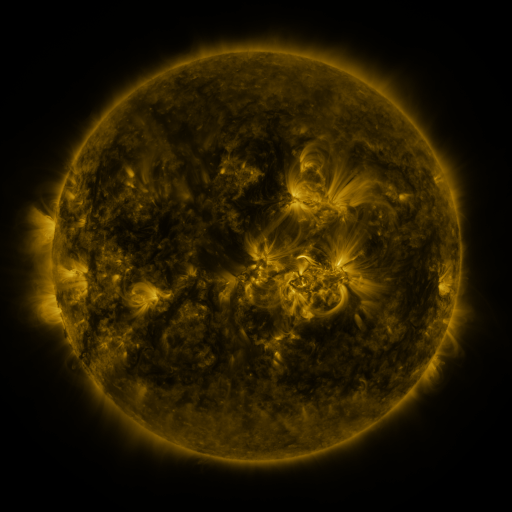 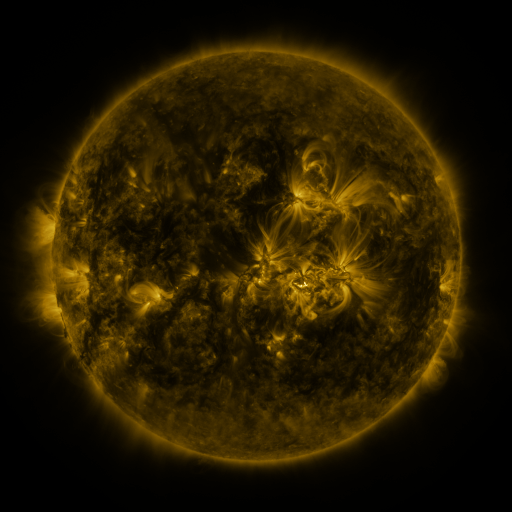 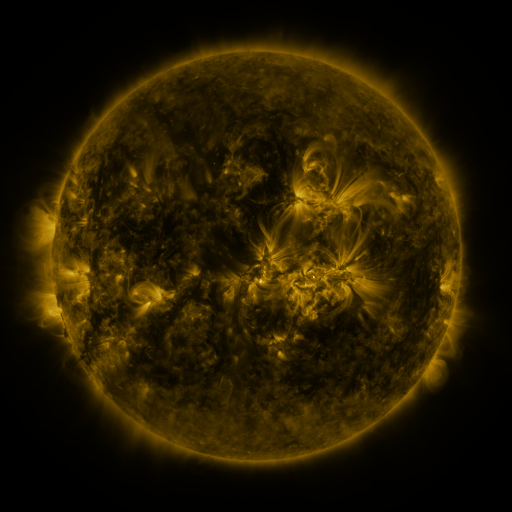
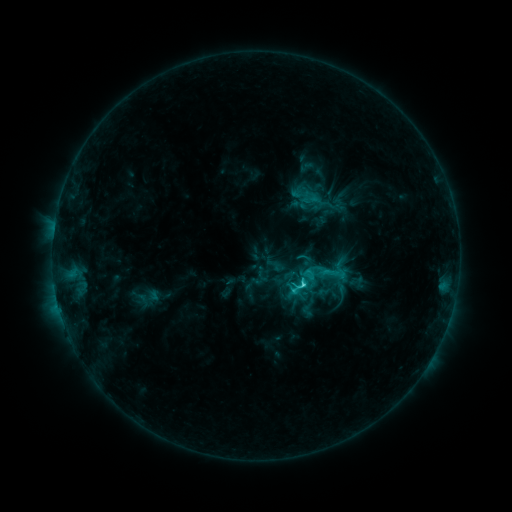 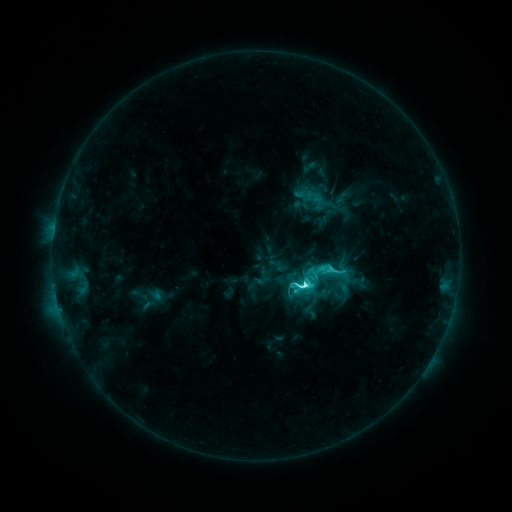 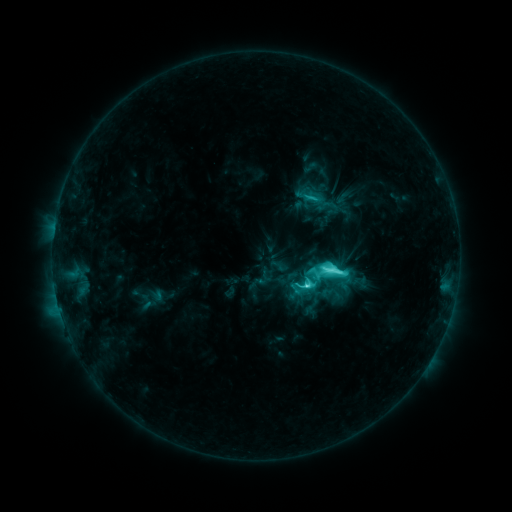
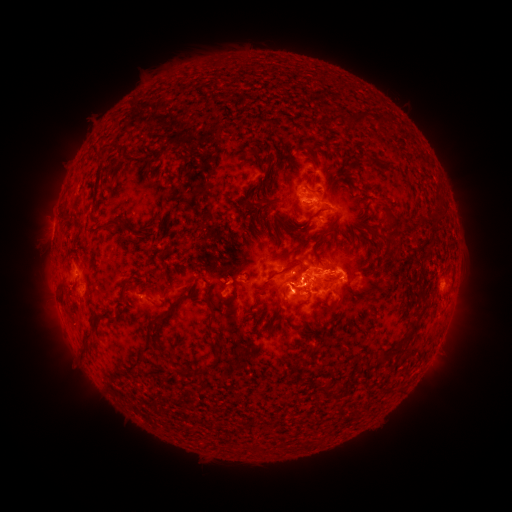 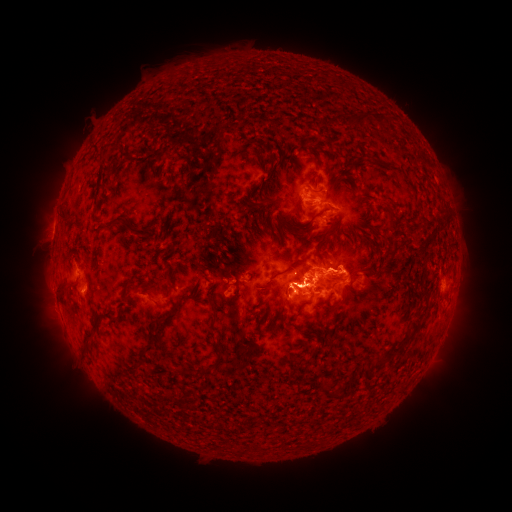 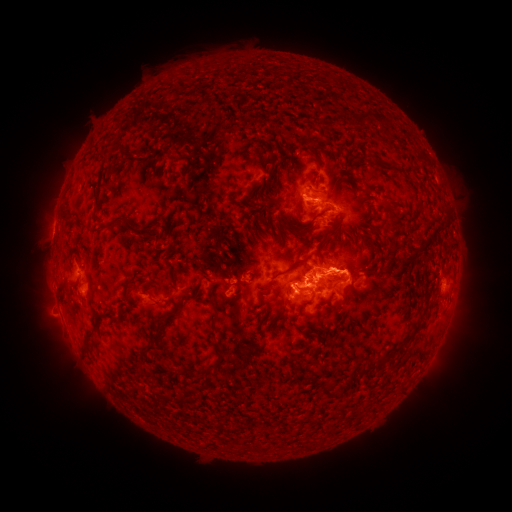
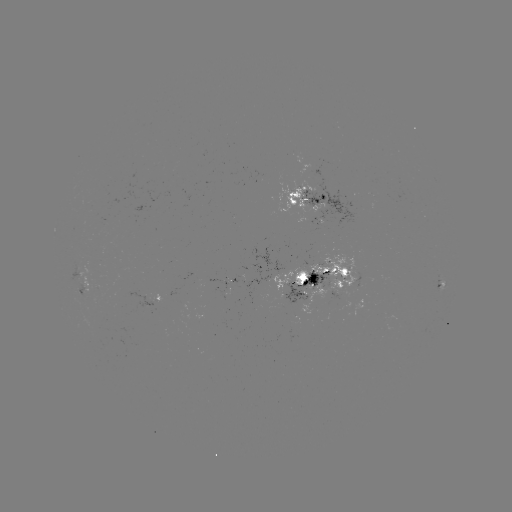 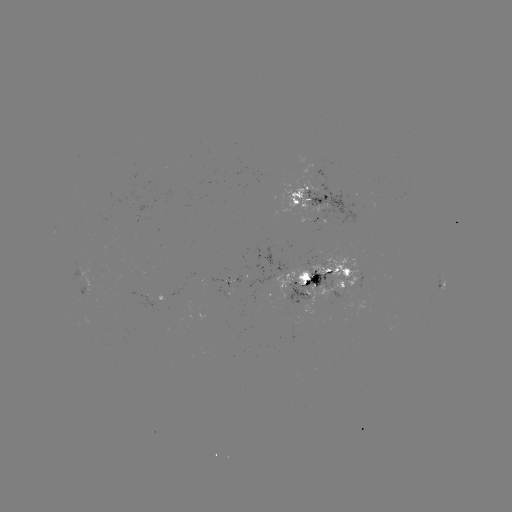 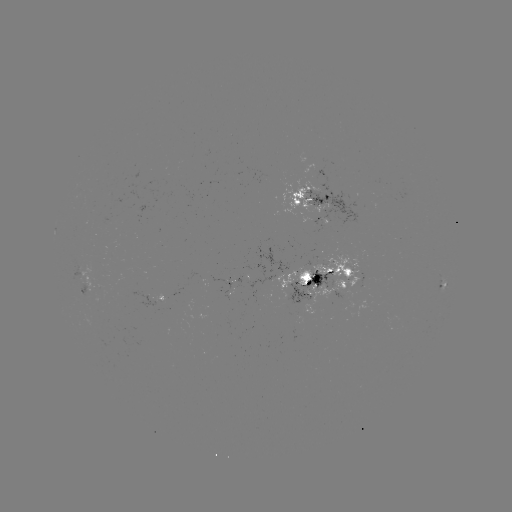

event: emerging-flux region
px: (222, 277)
